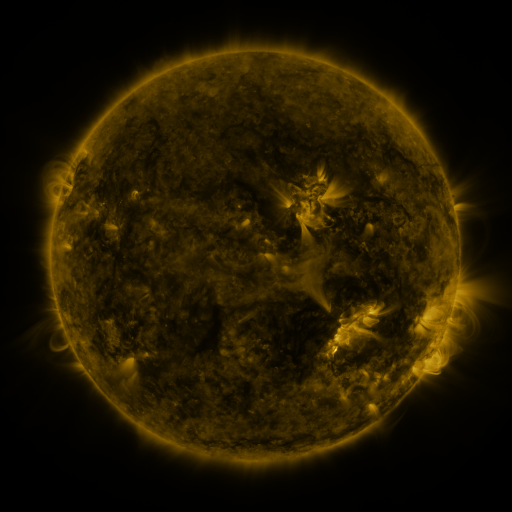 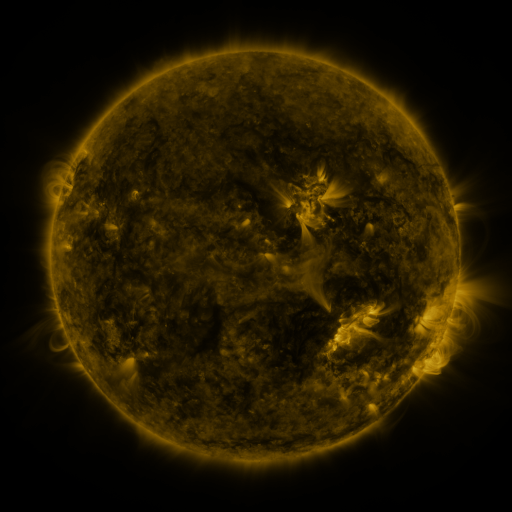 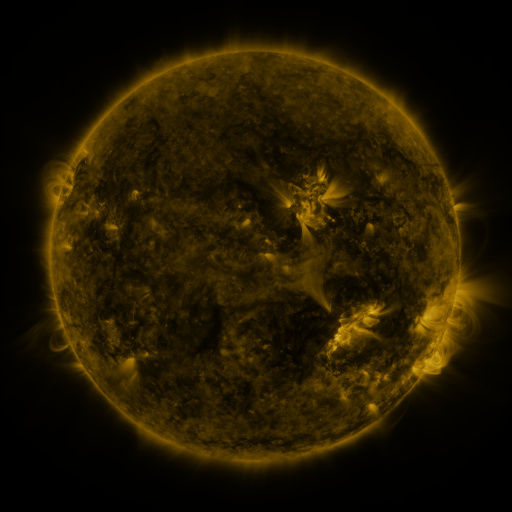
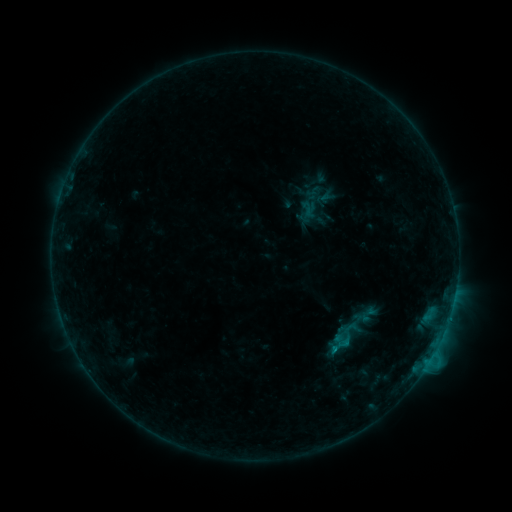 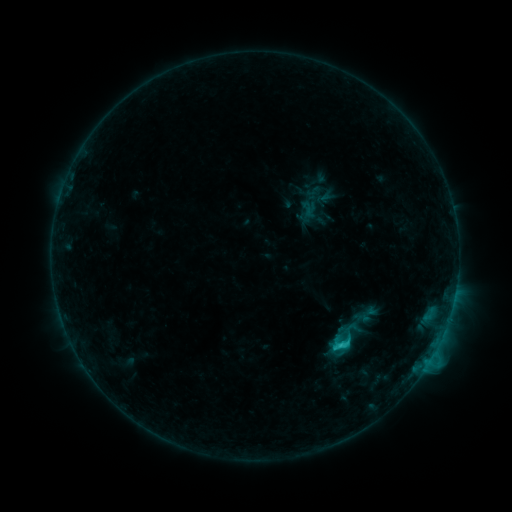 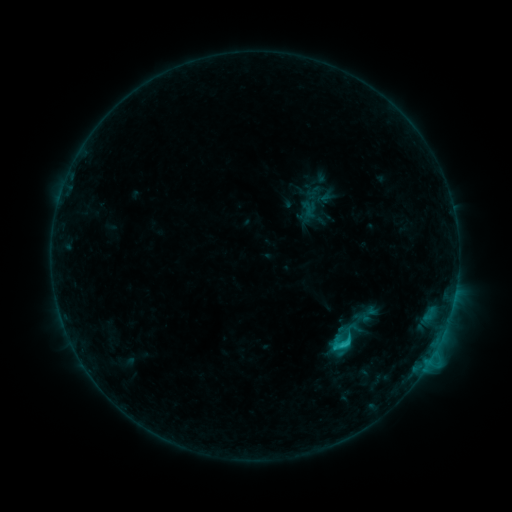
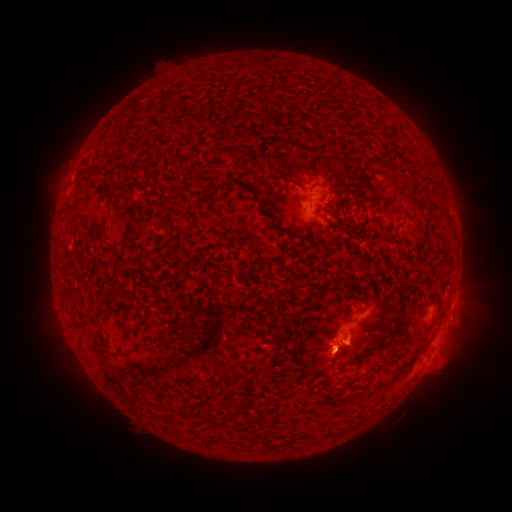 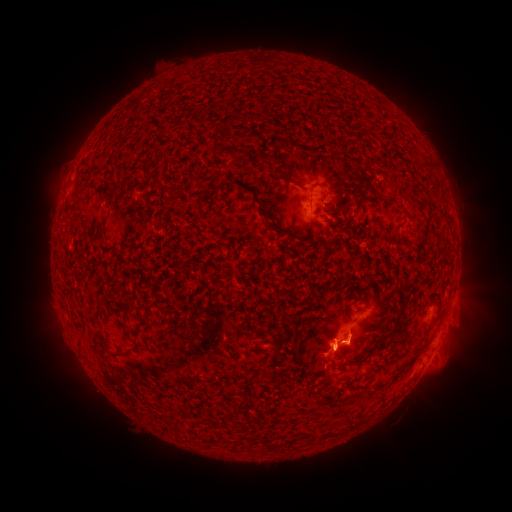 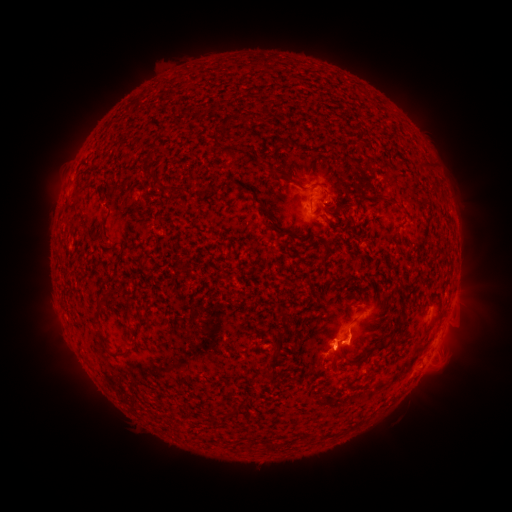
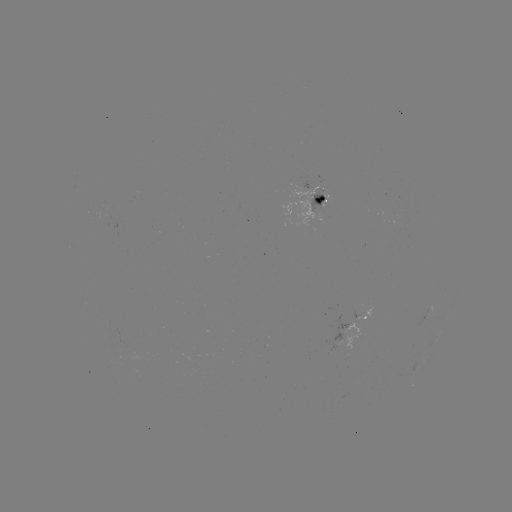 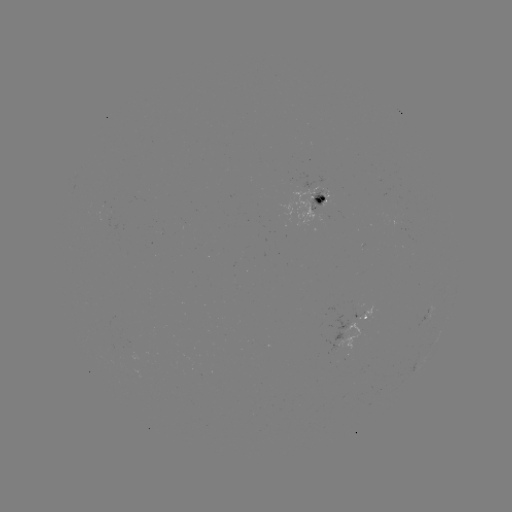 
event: flare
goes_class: C1.6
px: (339, 345)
